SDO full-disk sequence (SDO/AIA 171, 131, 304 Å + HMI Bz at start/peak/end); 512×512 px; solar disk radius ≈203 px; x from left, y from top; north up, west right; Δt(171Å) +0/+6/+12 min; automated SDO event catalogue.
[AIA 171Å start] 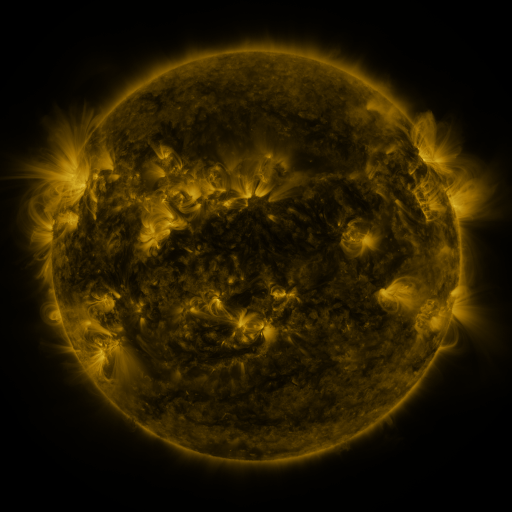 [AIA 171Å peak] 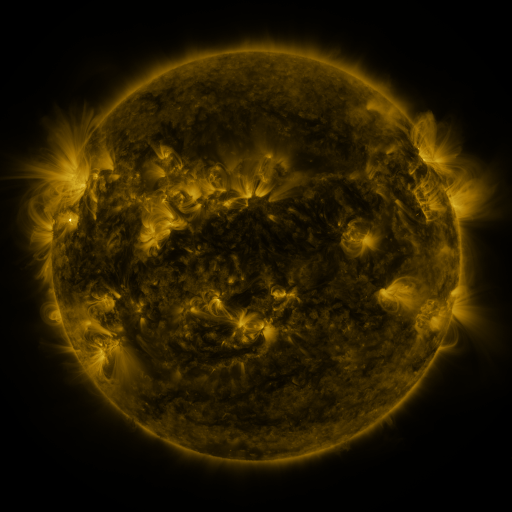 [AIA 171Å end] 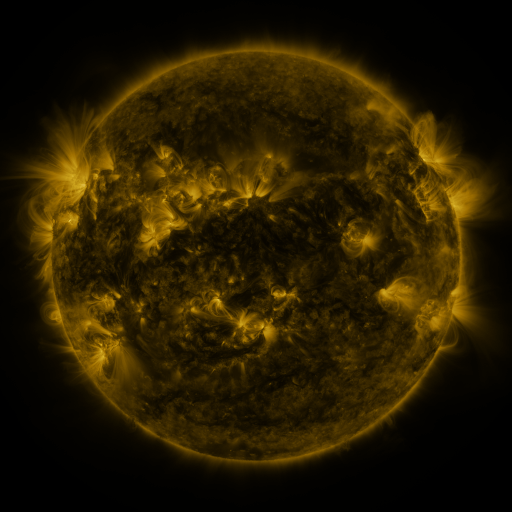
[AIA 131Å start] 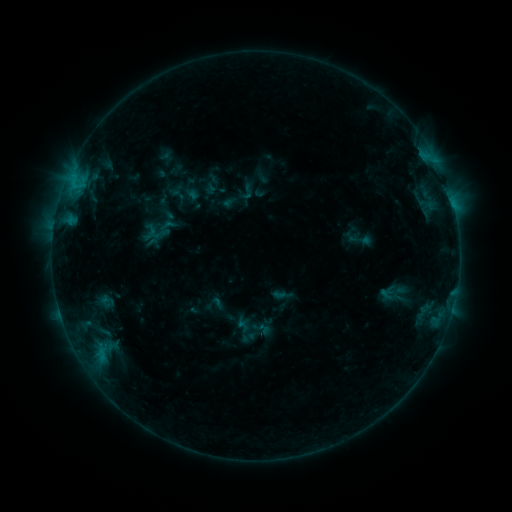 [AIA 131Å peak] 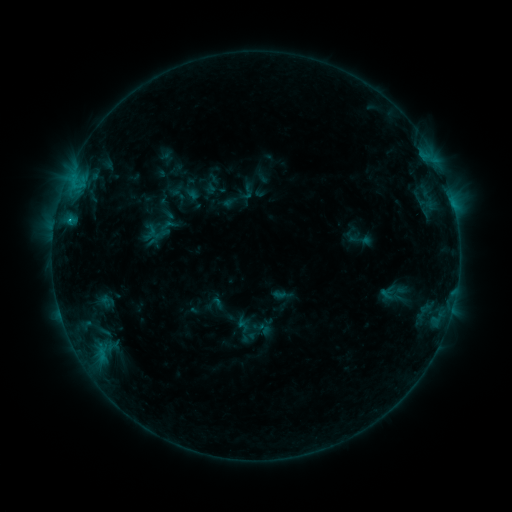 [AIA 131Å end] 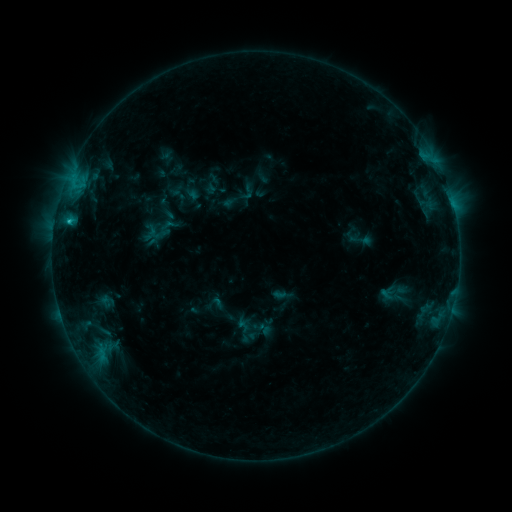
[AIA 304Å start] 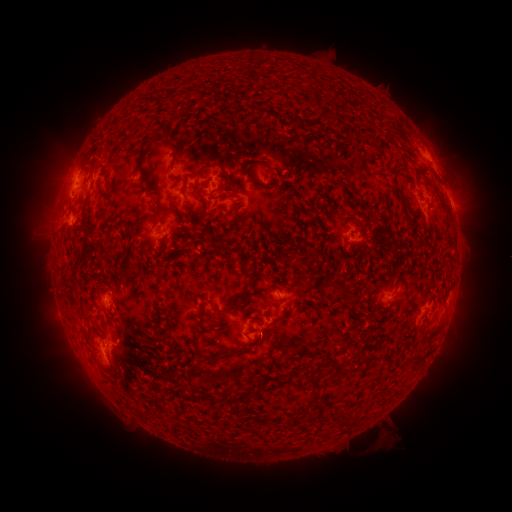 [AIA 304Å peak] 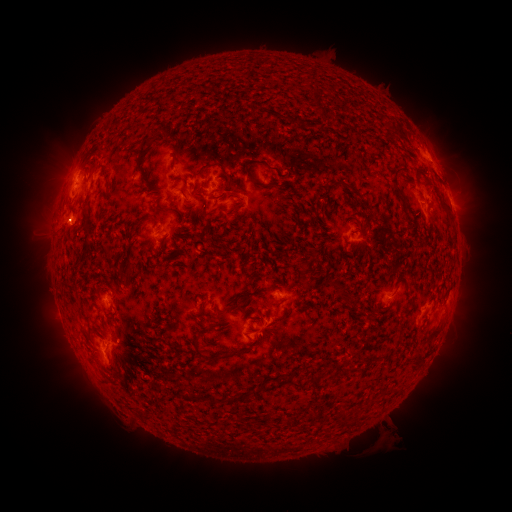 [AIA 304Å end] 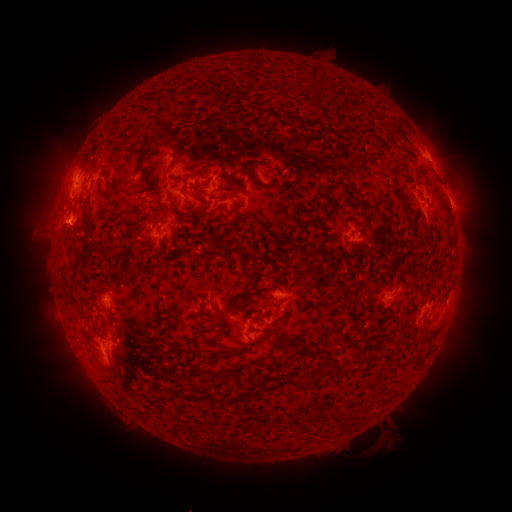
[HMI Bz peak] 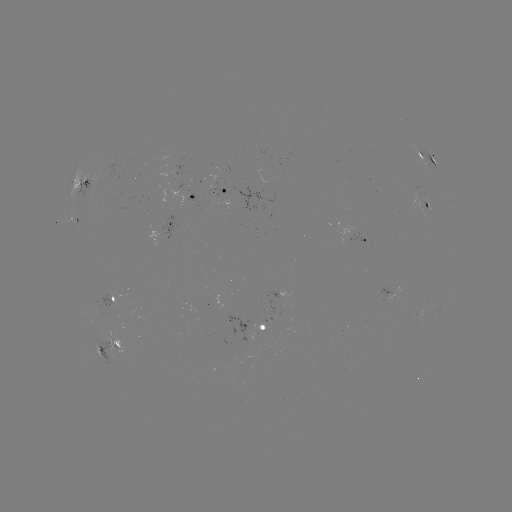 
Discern B9.1 flare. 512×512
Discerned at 70,222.